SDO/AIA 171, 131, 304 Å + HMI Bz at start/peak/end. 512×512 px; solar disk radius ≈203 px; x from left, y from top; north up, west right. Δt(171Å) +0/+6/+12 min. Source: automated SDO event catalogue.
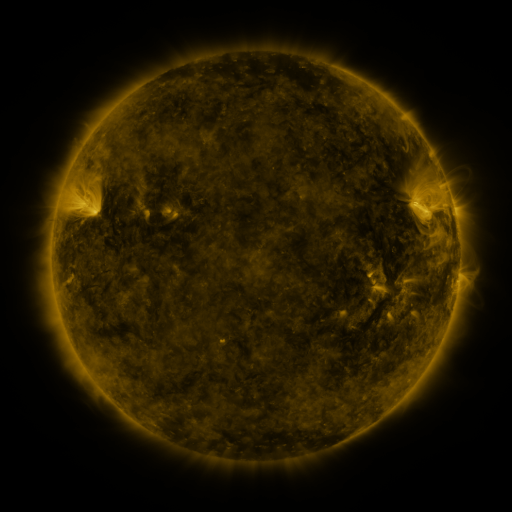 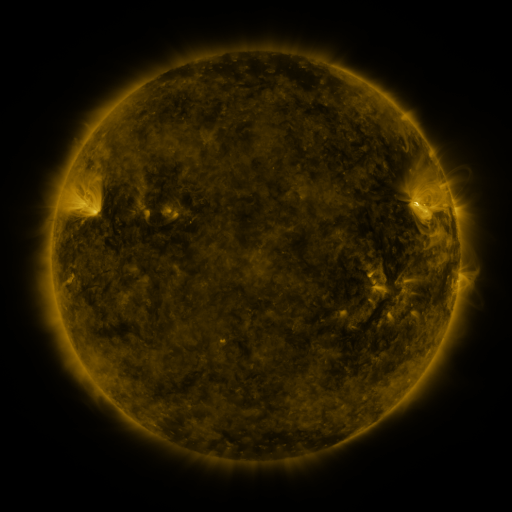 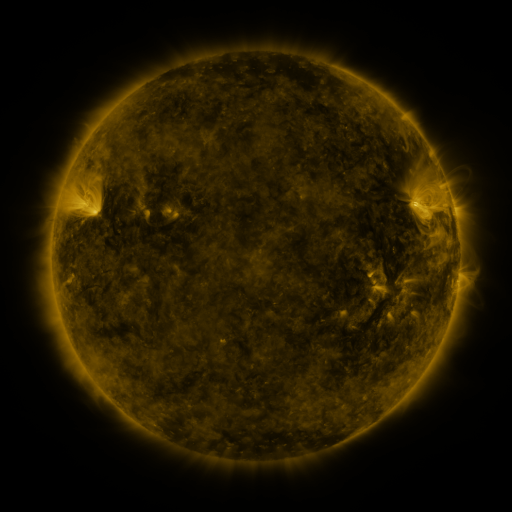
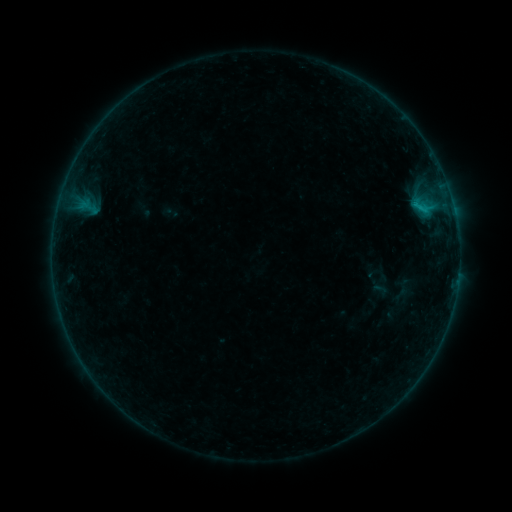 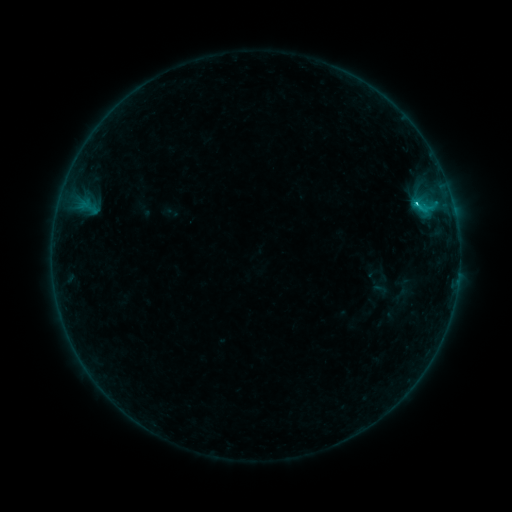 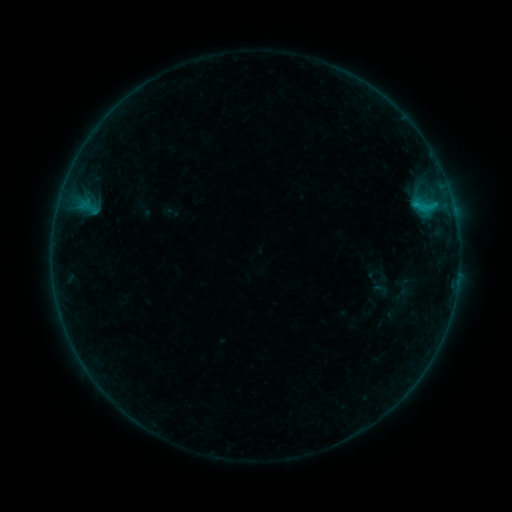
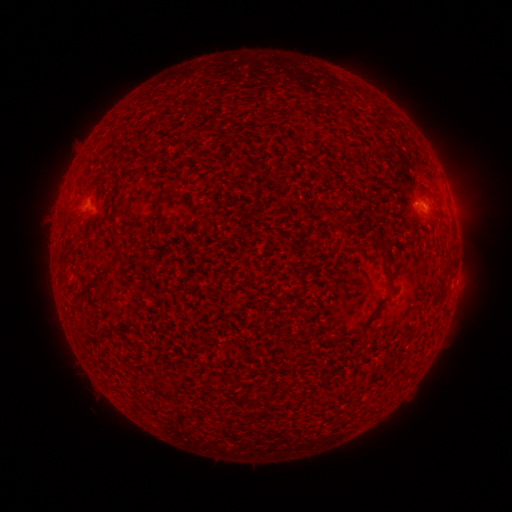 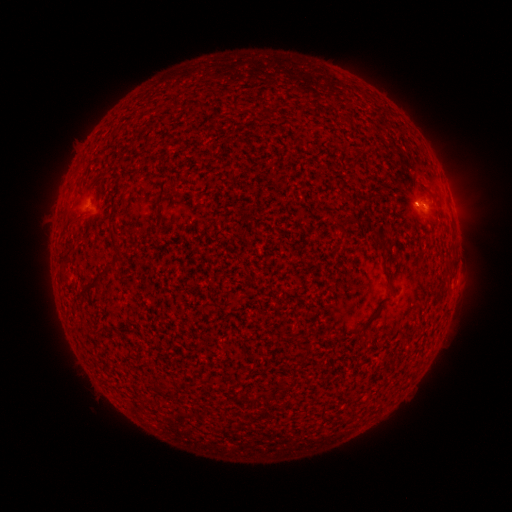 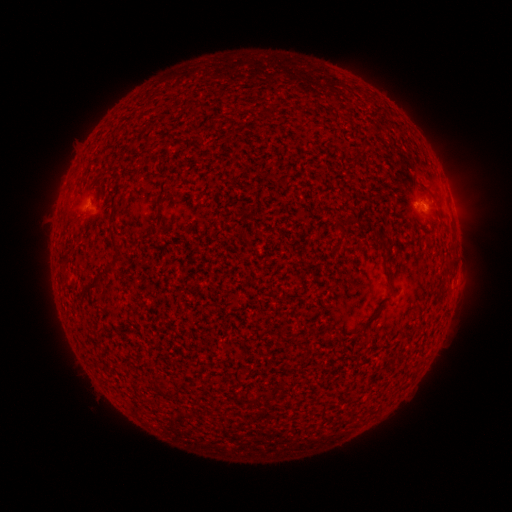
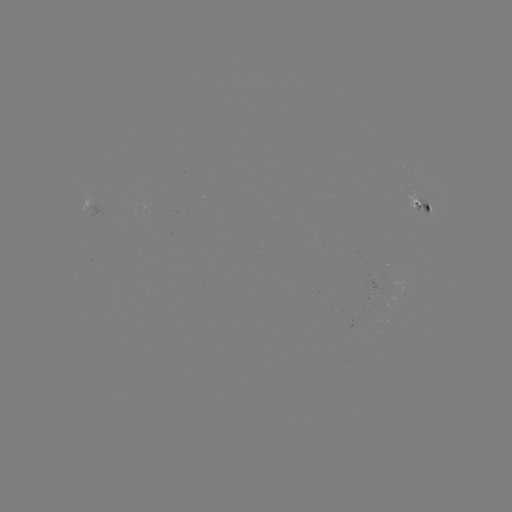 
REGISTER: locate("B7.2 flare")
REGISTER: [415, 204]